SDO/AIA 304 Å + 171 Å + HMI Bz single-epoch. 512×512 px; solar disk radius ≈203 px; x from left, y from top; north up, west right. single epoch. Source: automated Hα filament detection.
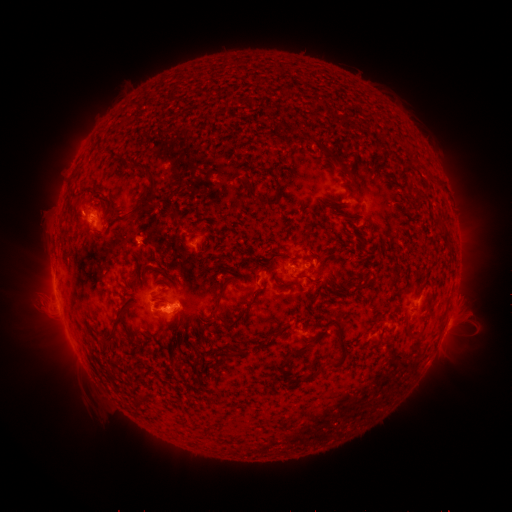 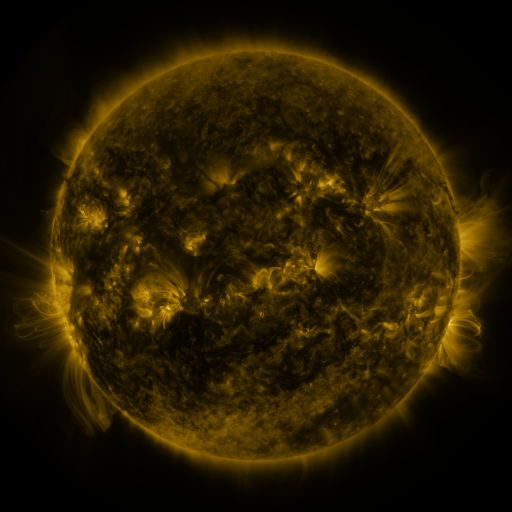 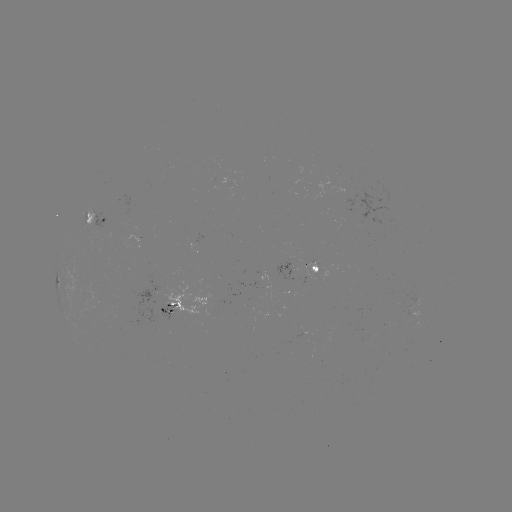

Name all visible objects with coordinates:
filament: (226, 94, 244, 105)
filament: (316, 142, 334, 158)
filament: (122, 160, 161, 219)
filament: (245, 182, 268, 207)
filament: (272, 183, 280, 200)
filament: (91, 192, 102, 198)
filament: (172, 211, 180, 226)
filament: (431, 213, 442, 221)
filament: (274, 252, 289, 259)
filament: (255, 257, 268, 263)
filament: (134, 263, 149, 278)
filament: (295, 273, 315, 283)
filament: (211, 278, 230, 317)
filament: (347, 280, 370, 289)
filament: (236, 287, 265, 323)
filament: (105, 307, 129, 345)
filament: (406, 325, 416, 335)
filament: (328, 329, 349, 368)
filament: (289, 343, 309, 357)
filament: (219, 353, 233, 366)
filament: (279, 360, 291, 382)
filament: (294, 371, 318, 383)
